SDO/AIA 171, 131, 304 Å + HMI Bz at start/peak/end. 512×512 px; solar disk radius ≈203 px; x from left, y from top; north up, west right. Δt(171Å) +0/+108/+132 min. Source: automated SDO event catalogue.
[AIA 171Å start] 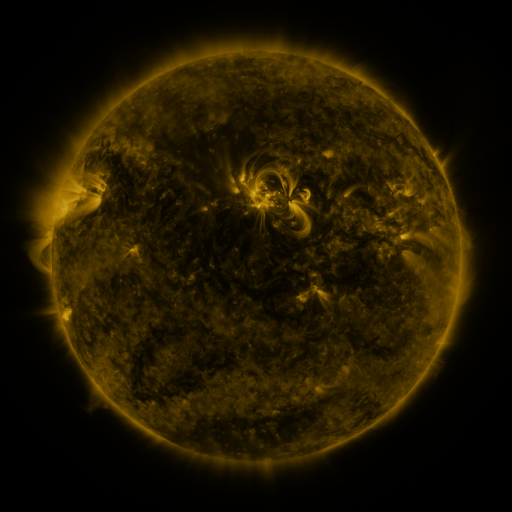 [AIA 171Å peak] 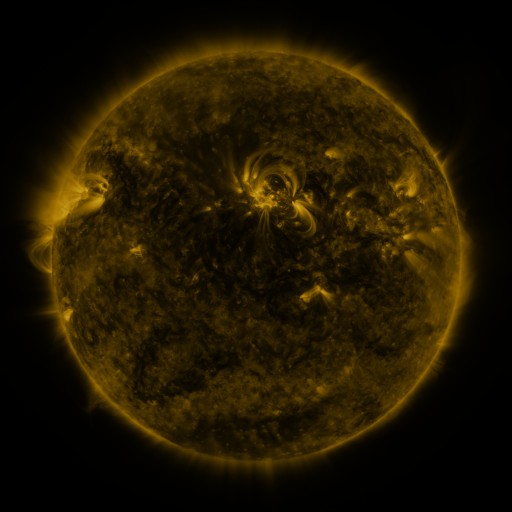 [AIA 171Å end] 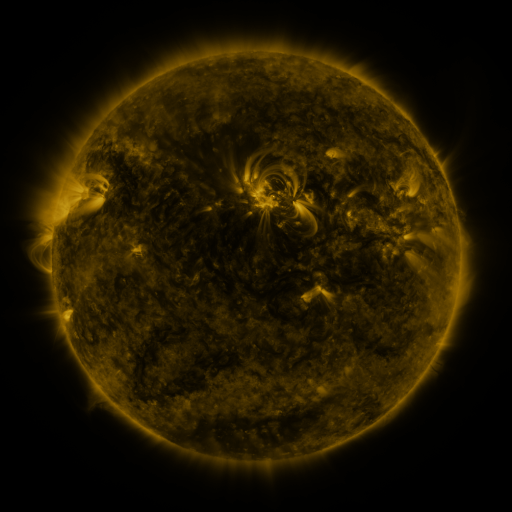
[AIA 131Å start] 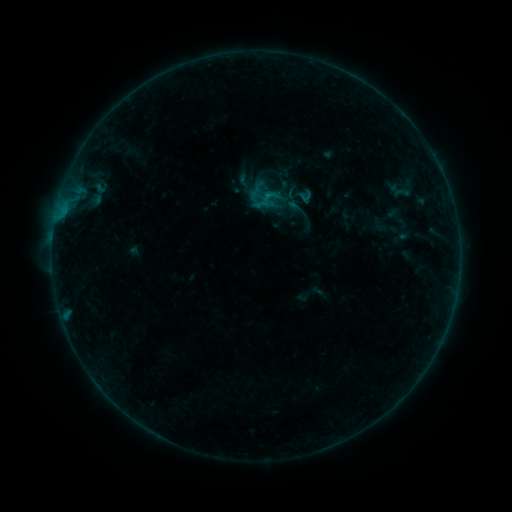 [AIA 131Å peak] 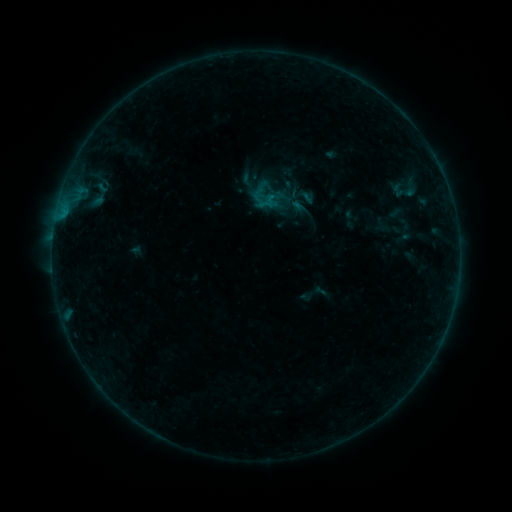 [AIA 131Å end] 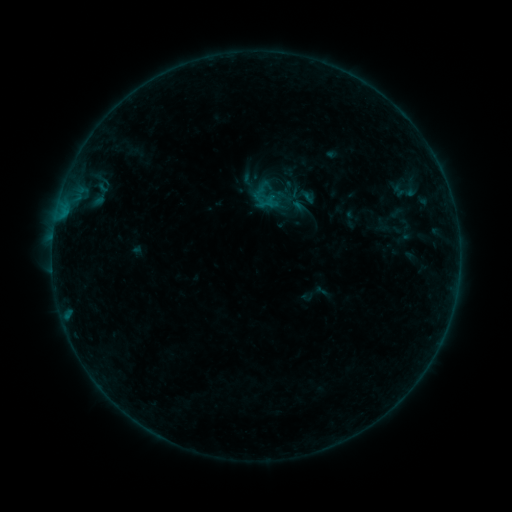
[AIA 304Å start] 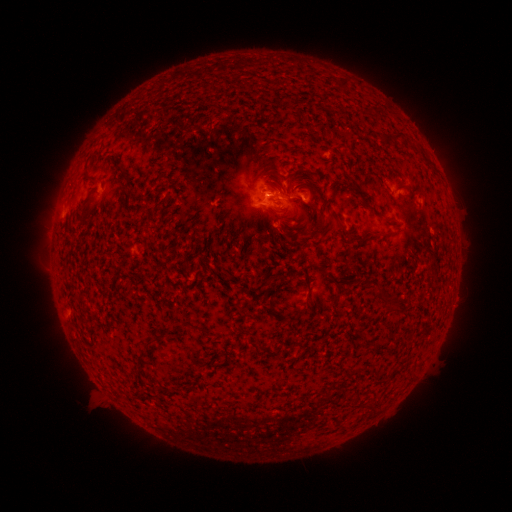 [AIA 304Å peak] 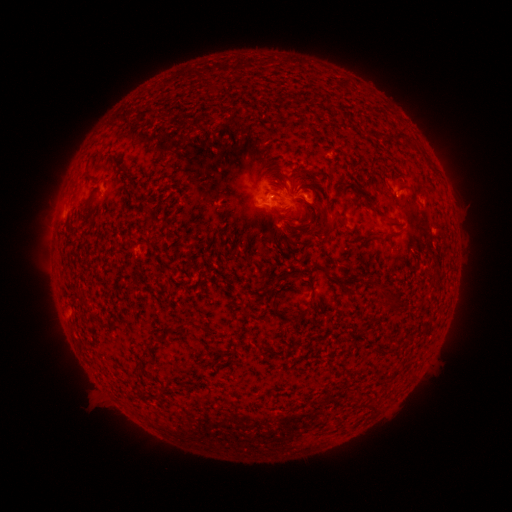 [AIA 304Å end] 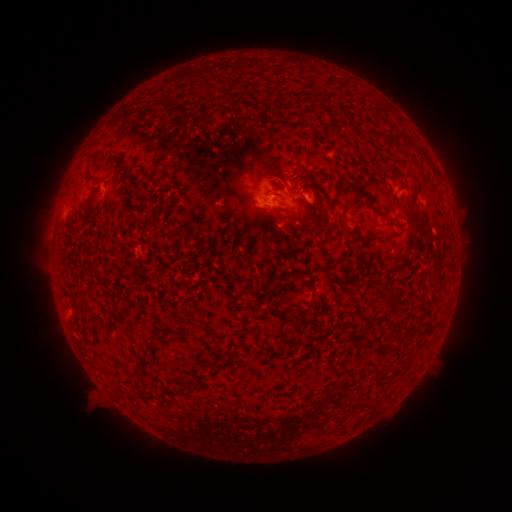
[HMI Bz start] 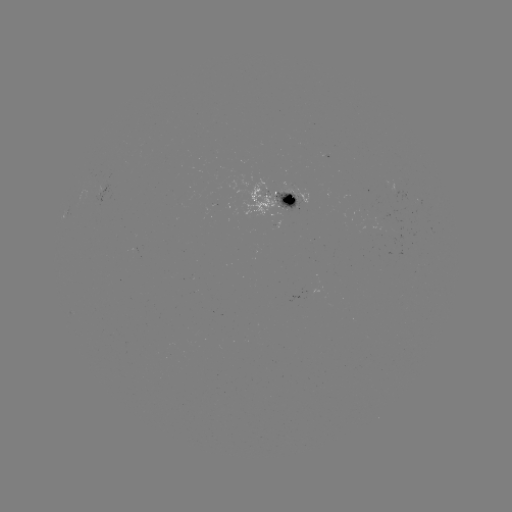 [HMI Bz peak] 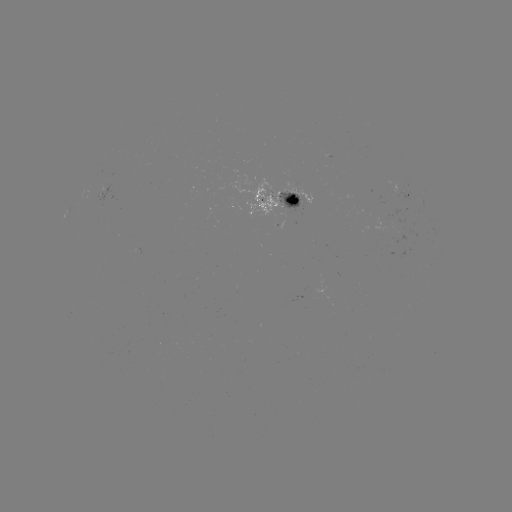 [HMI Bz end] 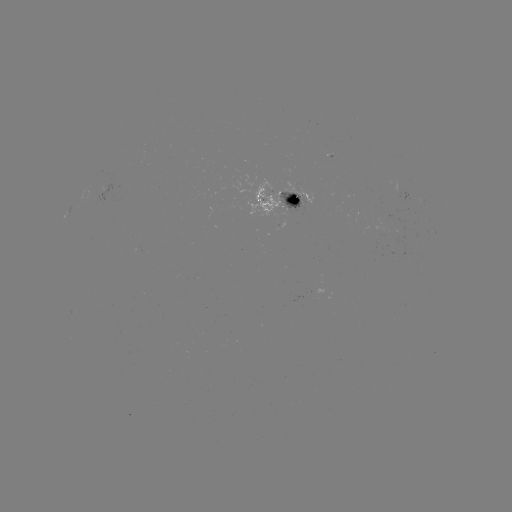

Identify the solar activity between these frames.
emerging-flux region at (287, 195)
